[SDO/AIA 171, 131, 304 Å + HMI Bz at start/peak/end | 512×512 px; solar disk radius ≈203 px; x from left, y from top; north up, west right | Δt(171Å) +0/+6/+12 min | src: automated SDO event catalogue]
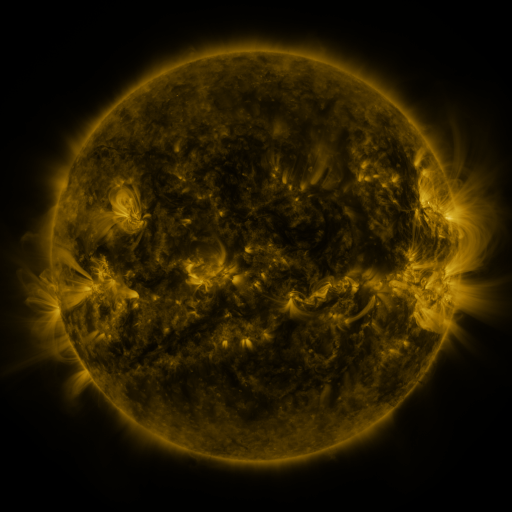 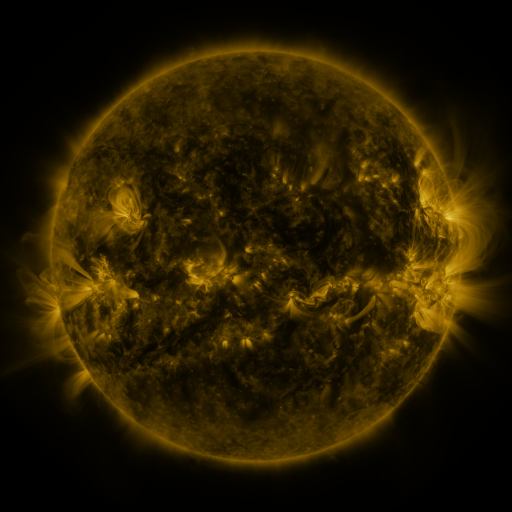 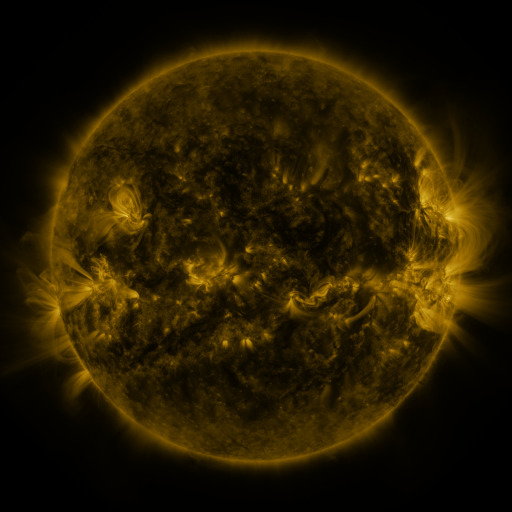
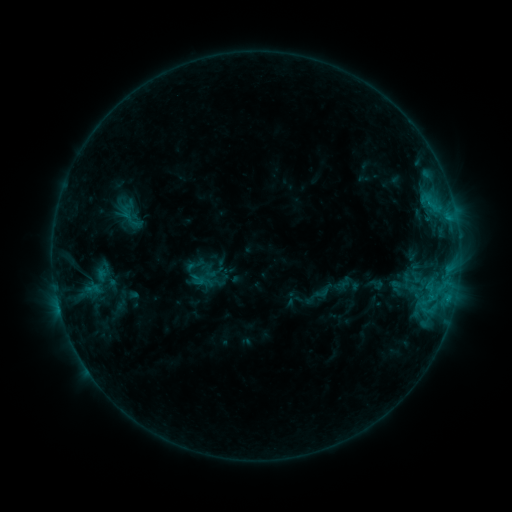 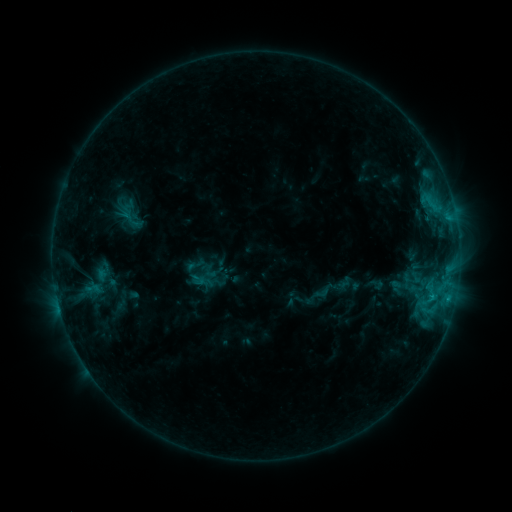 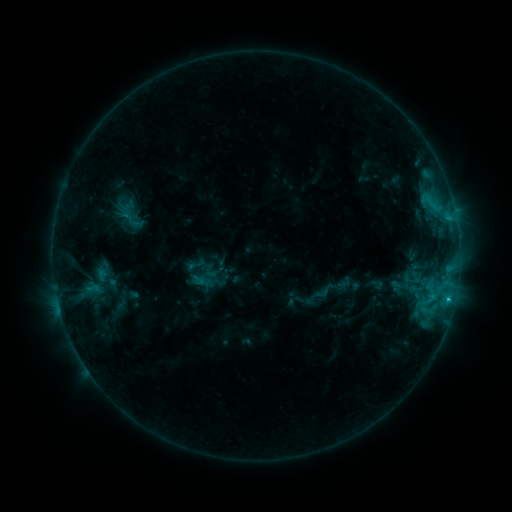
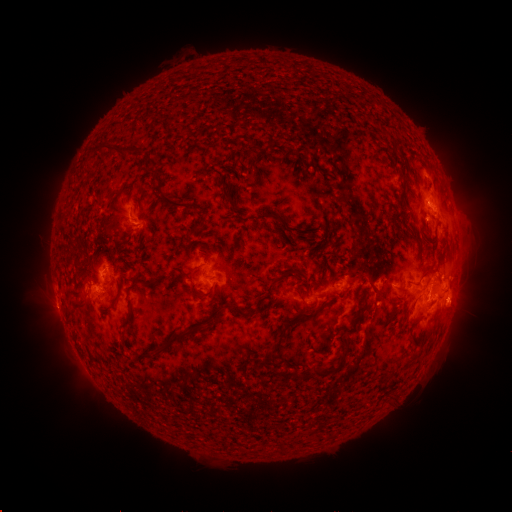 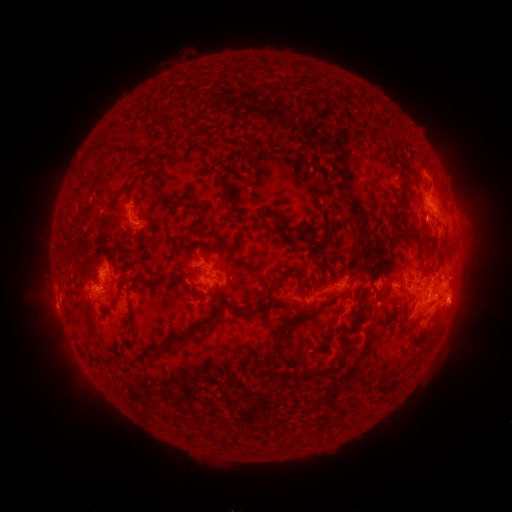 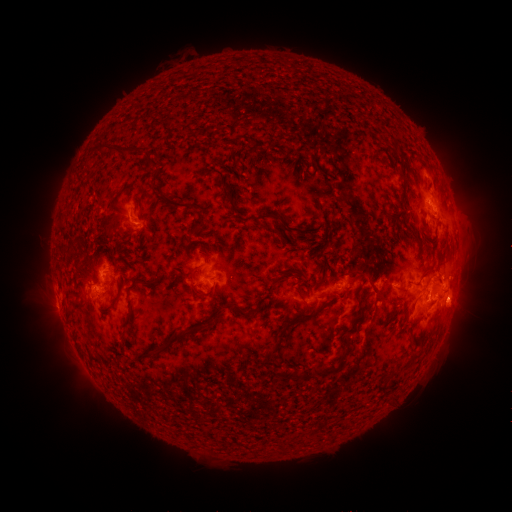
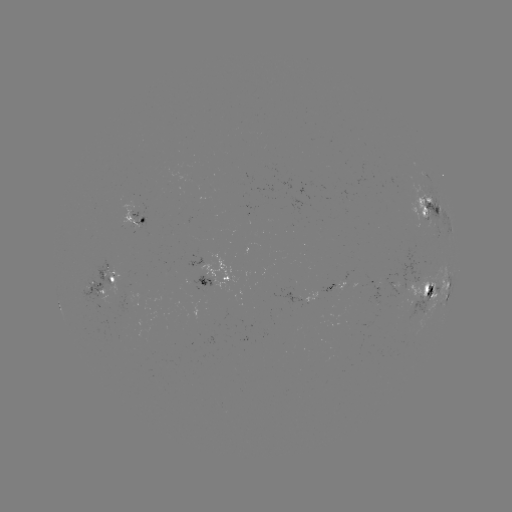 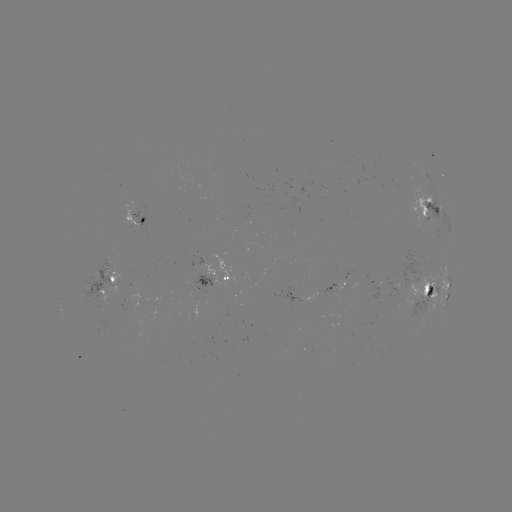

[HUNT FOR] C1.7 flare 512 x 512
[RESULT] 448,299